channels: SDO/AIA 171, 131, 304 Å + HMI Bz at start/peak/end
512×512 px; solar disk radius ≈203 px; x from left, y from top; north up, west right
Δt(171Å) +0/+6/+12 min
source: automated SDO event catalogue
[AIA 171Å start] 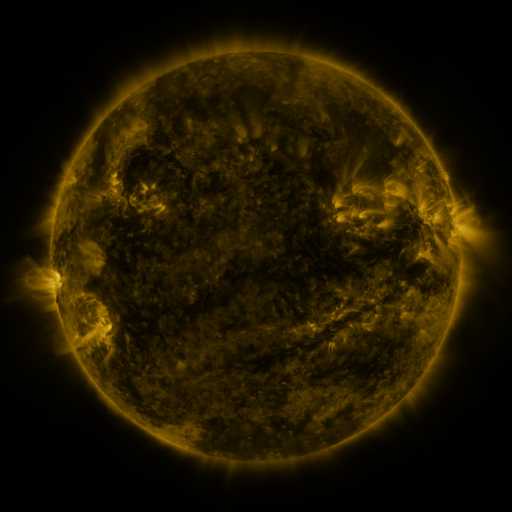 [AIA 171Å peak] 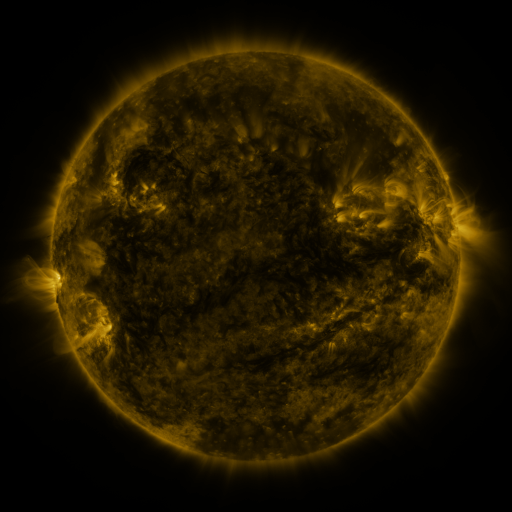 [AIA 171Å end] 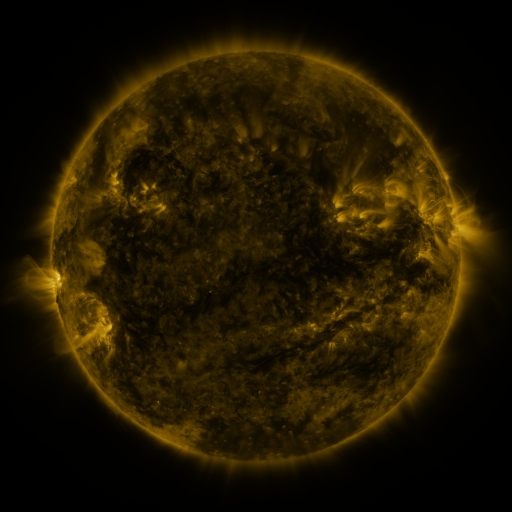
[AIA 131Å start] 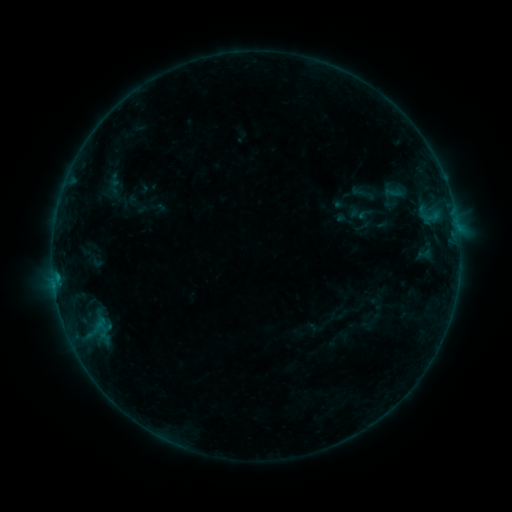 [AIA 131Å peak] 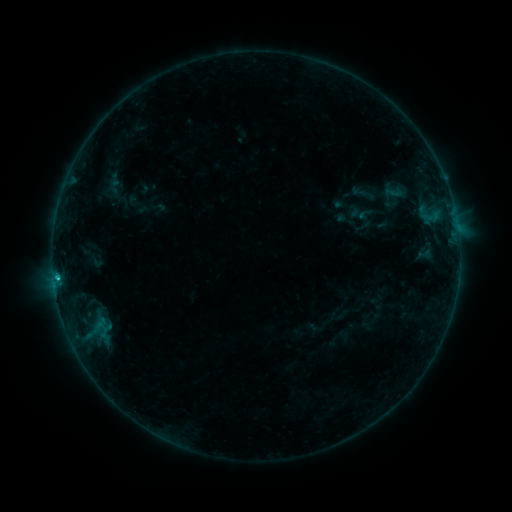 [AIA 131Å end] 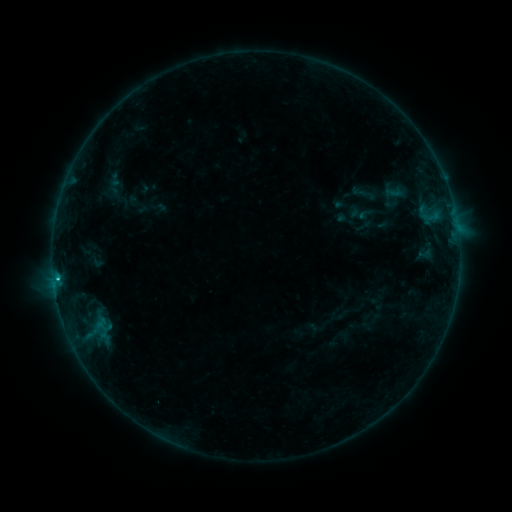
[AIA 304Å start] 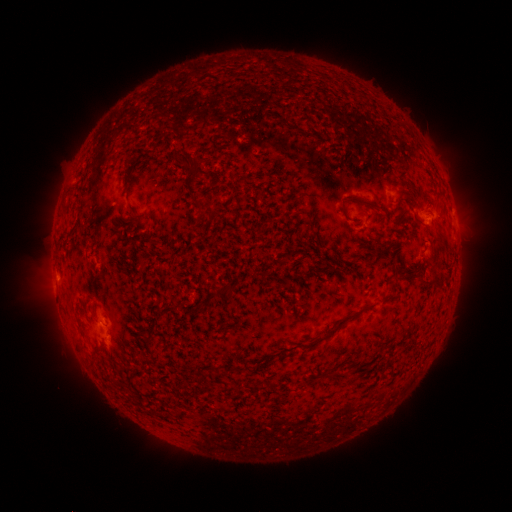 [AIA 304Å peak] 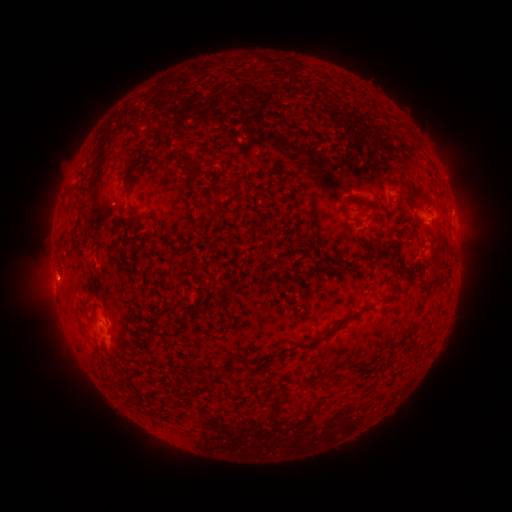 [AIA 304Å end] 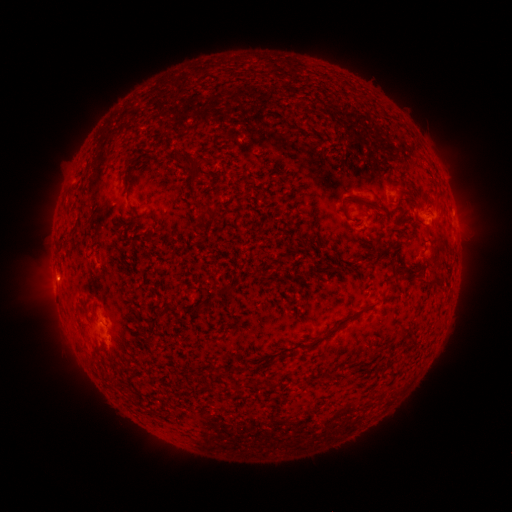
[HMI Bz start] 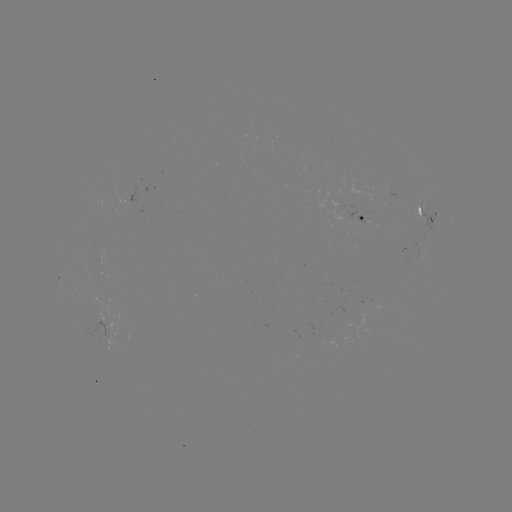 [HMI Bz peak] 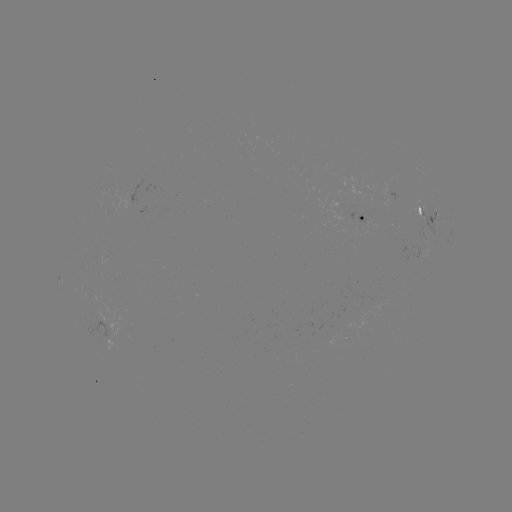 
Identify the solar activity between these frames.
B9.7 flare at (57, 275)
